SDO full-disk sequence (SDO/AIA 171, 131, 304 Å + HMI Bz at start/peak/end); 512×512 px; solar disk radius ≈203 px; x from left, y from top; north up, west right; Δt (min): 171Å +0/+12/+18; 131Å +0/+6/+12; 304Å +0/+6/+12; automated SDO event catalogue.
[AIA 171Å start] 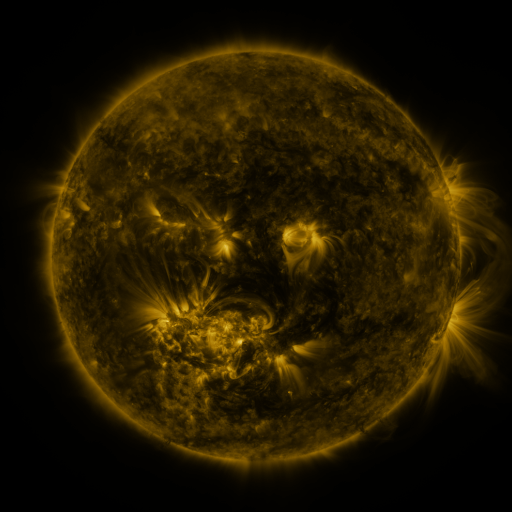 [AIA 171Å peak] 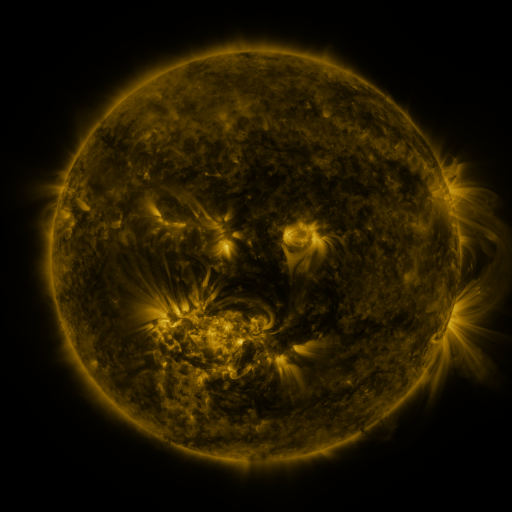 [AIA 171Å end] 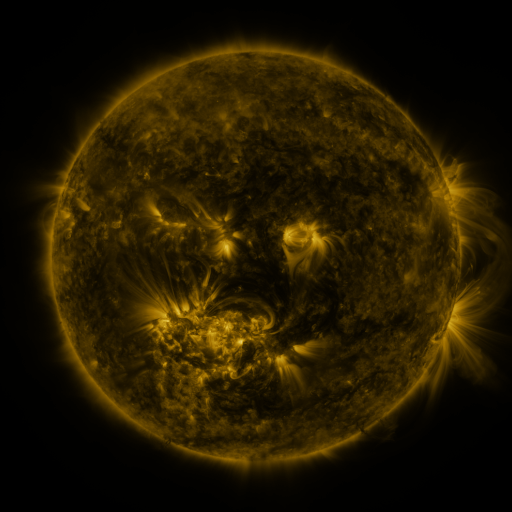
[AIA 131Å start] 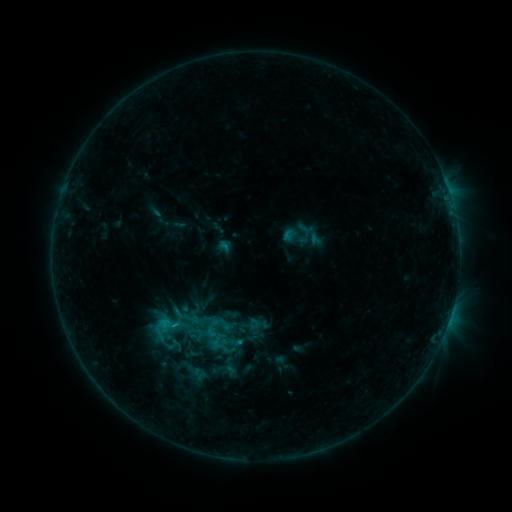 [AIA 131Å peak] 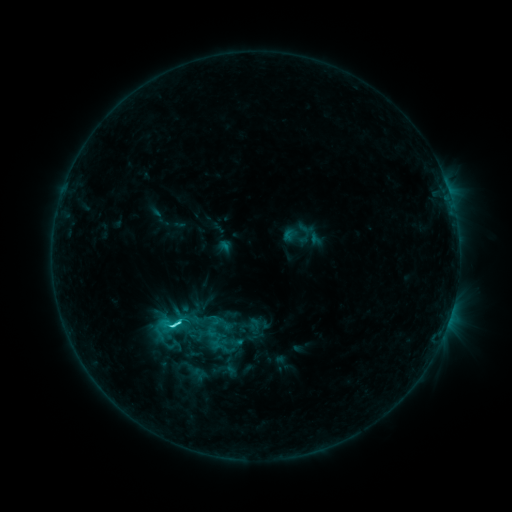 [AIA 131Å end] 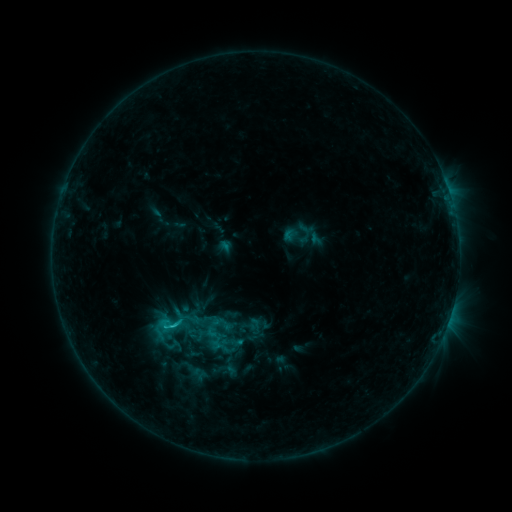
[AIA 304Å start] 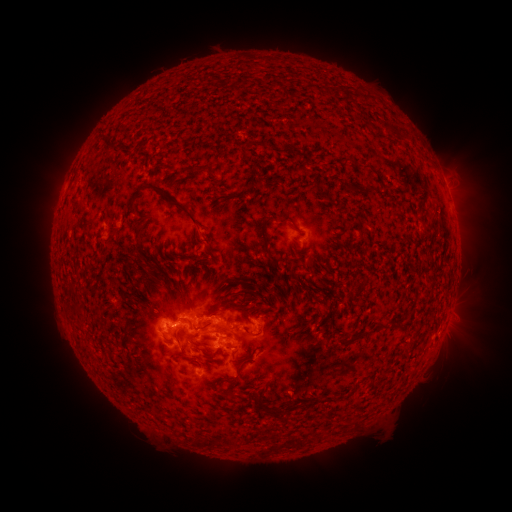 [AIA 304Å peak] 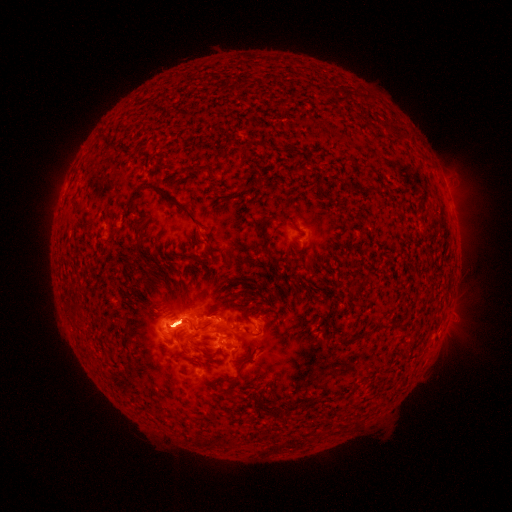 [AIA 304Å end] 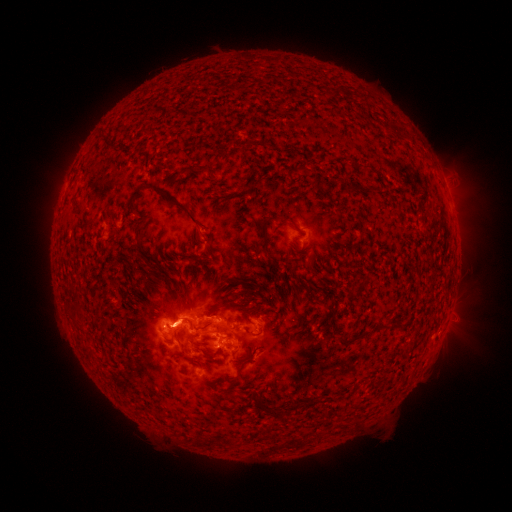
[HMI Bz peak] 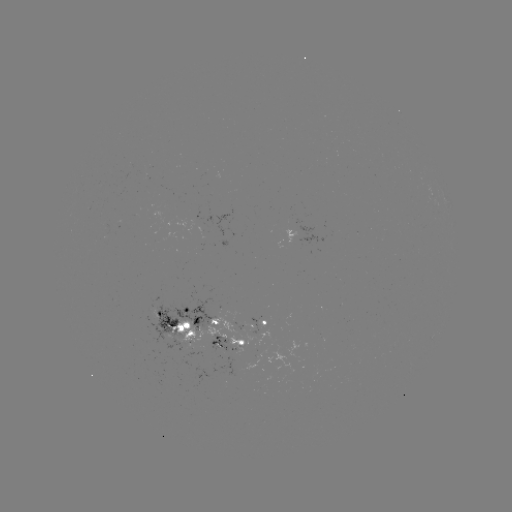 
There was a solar eruption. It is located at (60, 177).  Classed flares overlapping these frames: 1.